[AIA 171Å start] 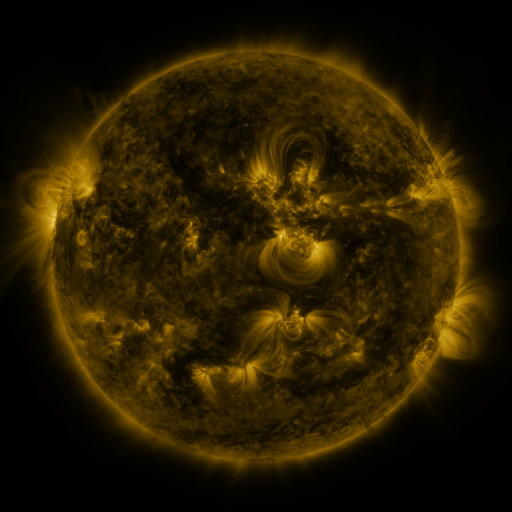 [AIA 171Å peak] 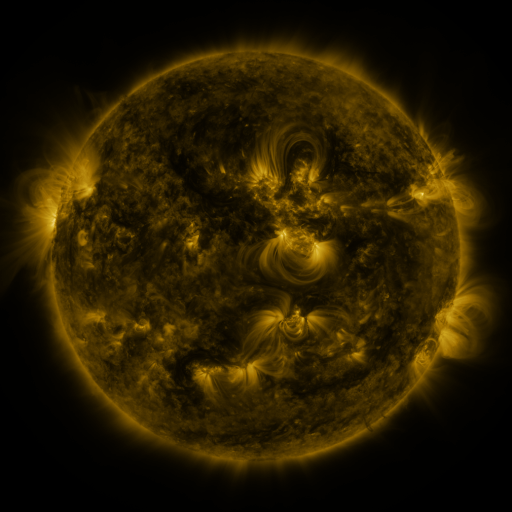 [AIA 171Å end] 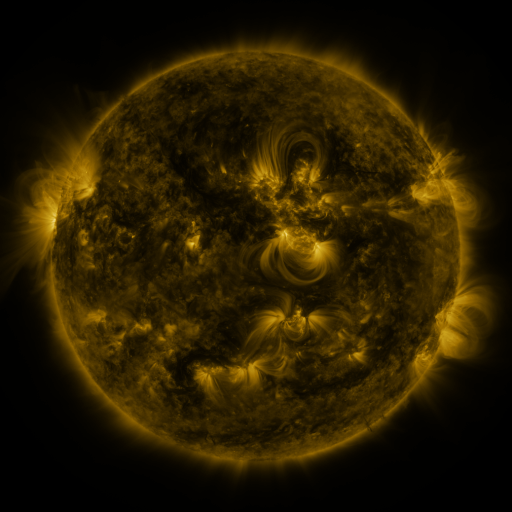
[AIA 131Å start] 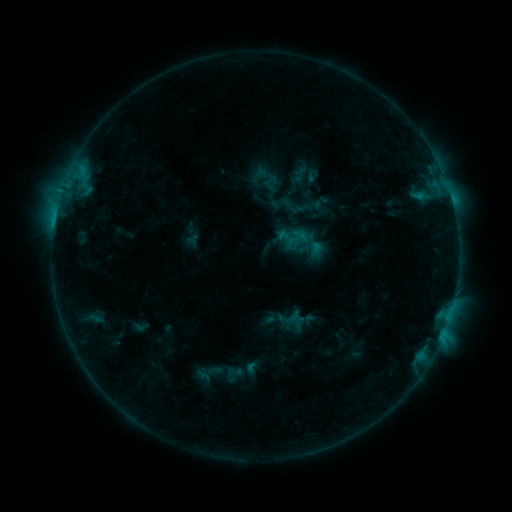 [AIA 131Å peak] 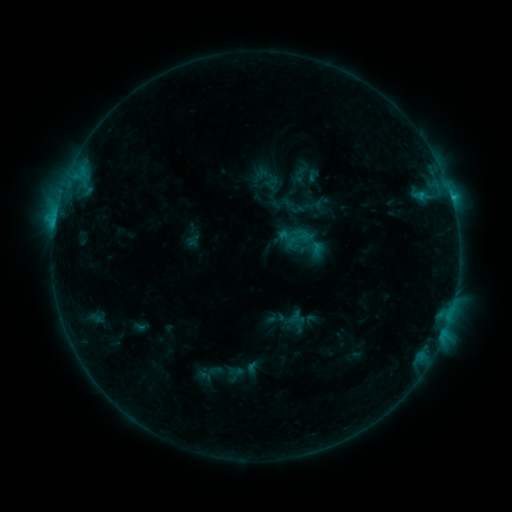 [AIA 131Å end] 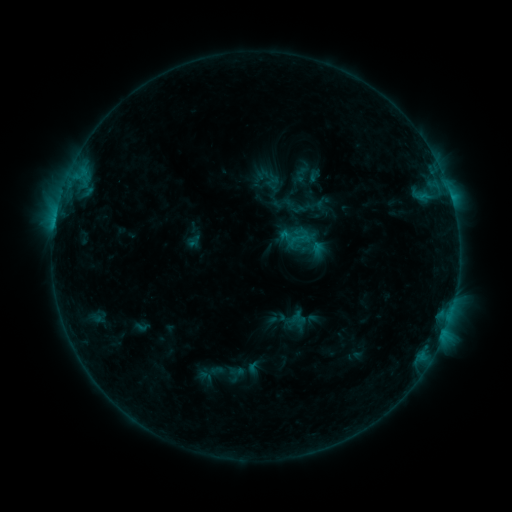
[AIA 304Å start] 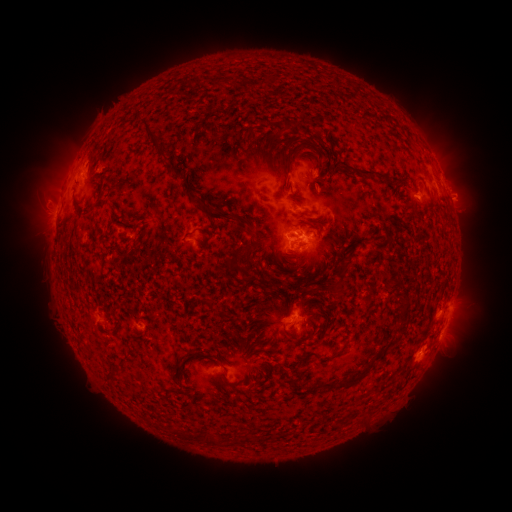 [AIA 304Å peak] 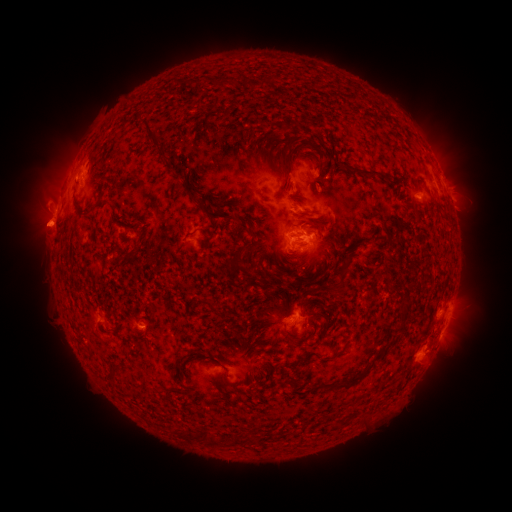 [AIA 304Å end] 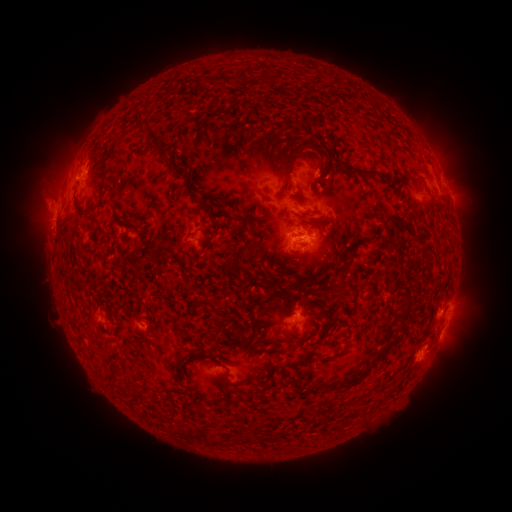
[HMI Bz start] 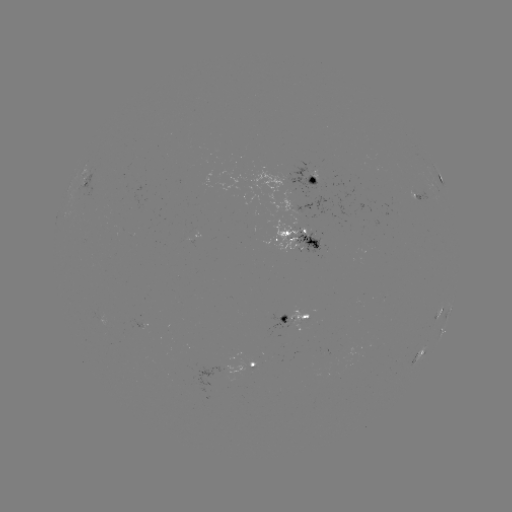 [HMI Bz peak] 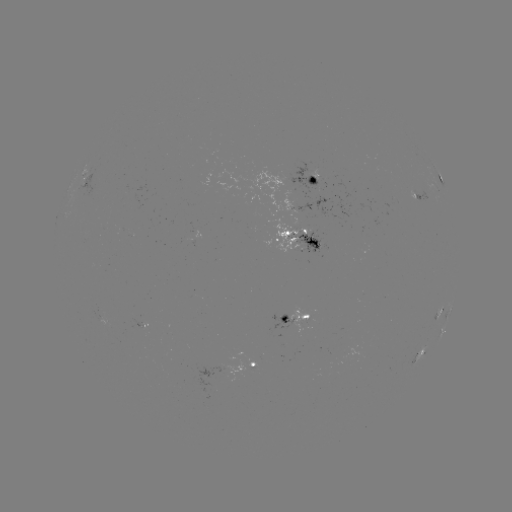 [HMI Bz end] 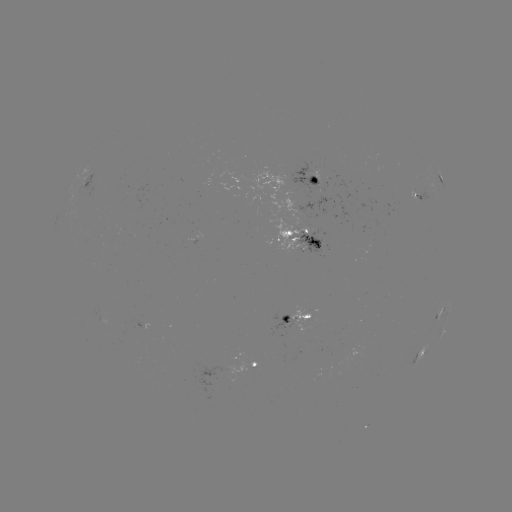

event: flare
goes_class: C1.8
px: (451, 200)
